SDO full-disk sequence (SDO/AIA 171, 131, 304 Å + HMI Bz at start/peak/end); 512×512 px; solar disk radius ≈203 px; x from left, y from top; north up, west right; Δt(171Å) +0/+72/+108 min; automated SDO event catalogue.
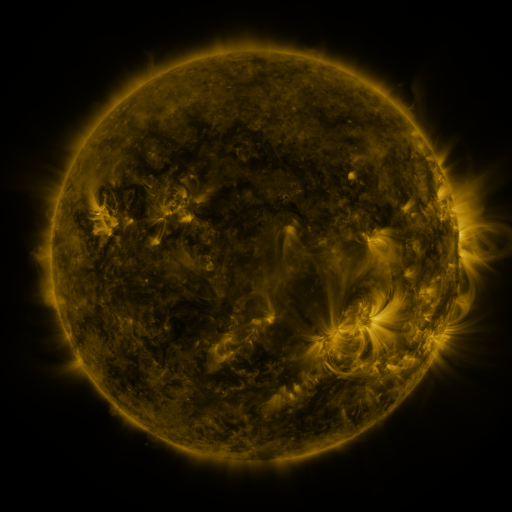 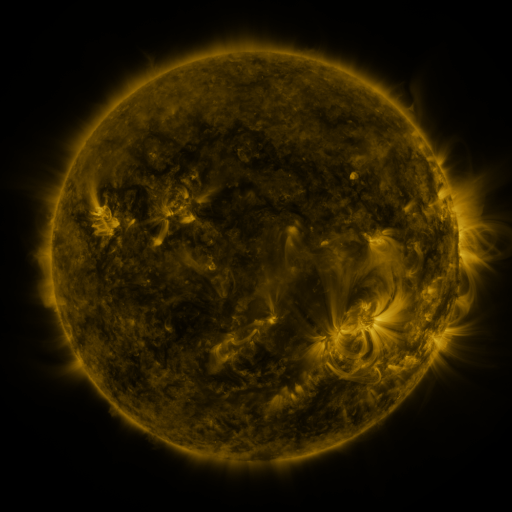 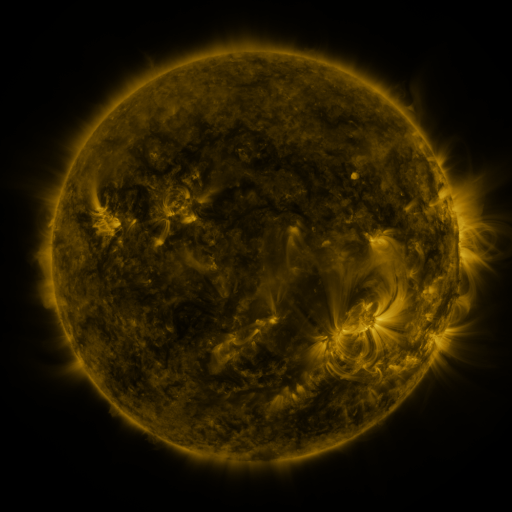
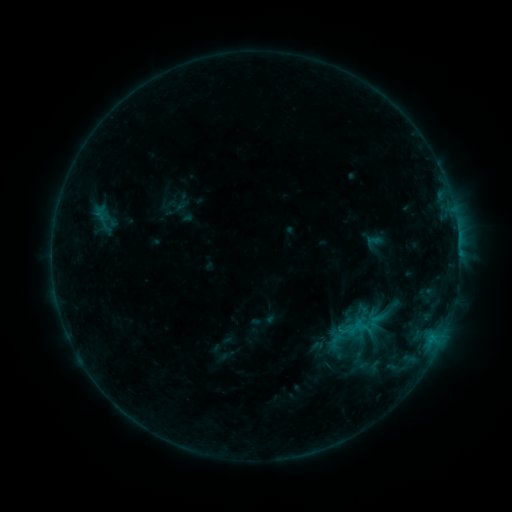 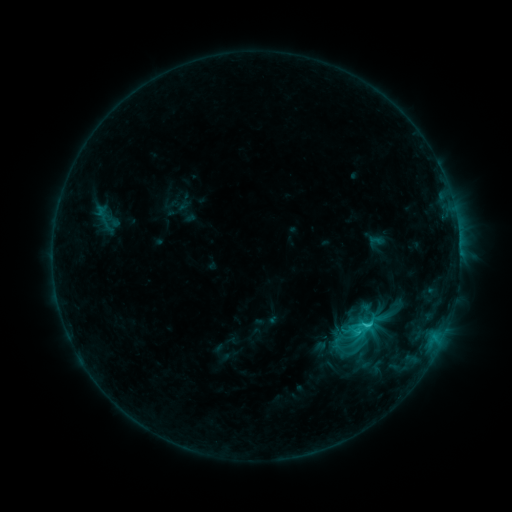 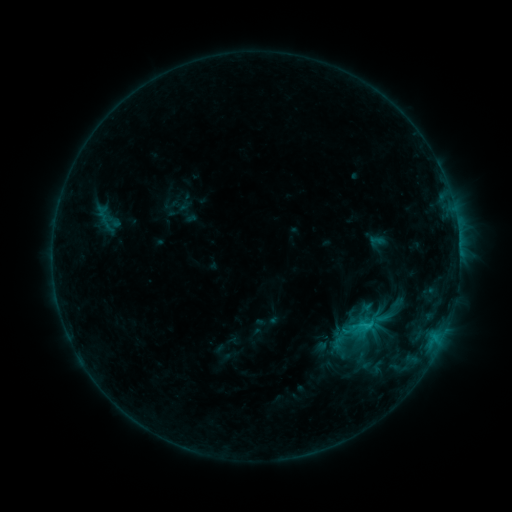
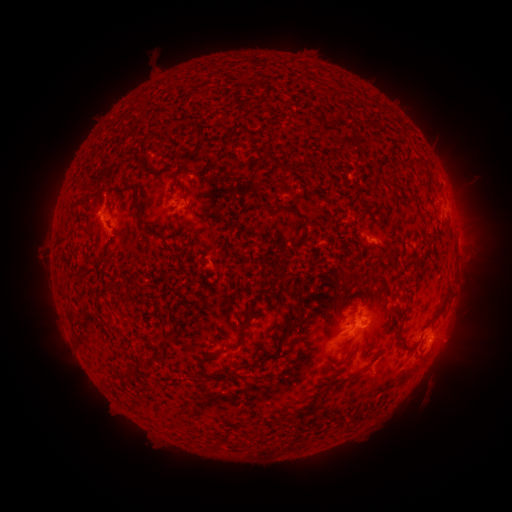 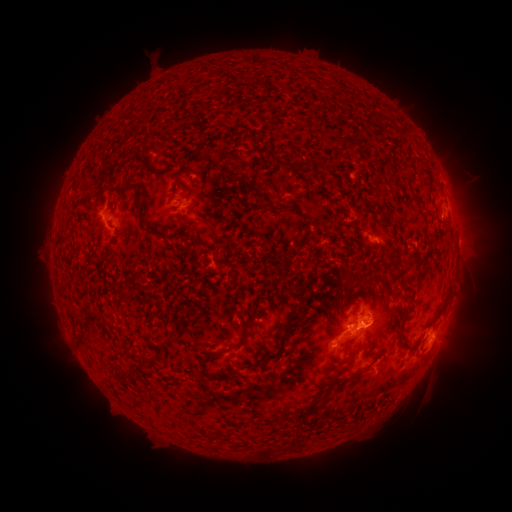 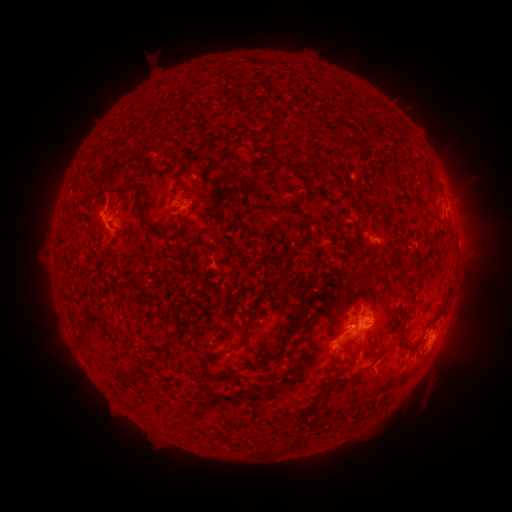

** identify C2.8 flare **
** [367, 322] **